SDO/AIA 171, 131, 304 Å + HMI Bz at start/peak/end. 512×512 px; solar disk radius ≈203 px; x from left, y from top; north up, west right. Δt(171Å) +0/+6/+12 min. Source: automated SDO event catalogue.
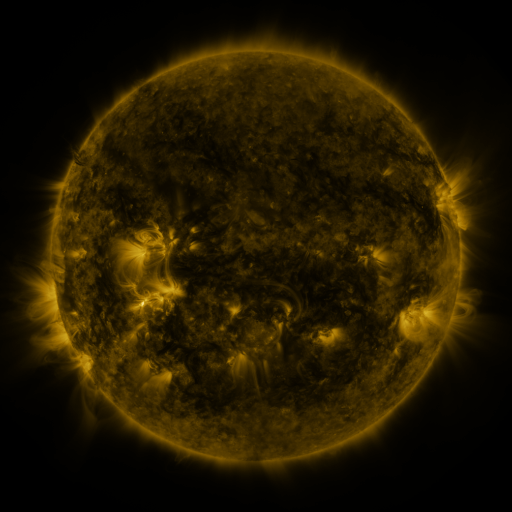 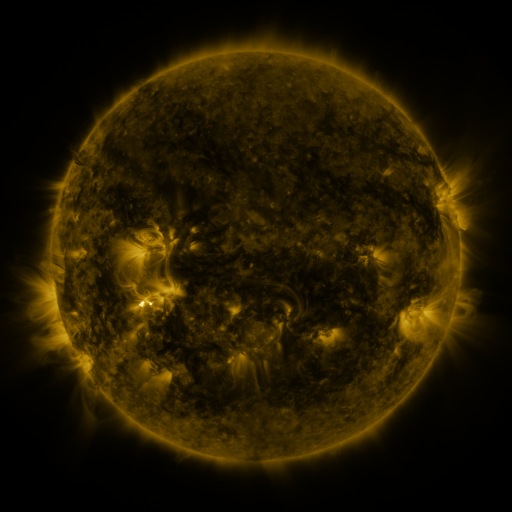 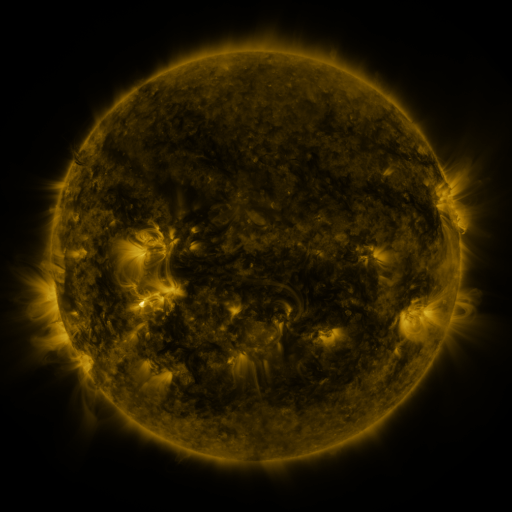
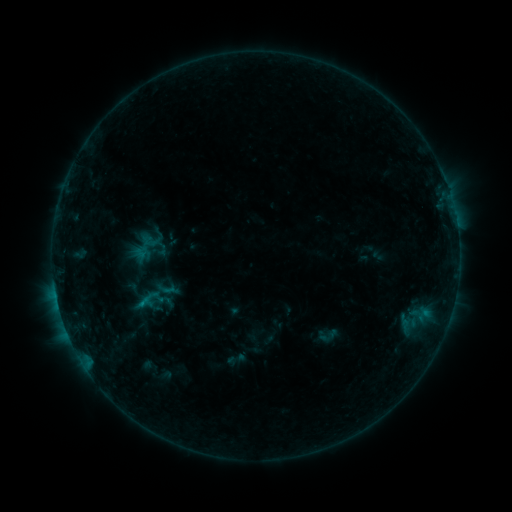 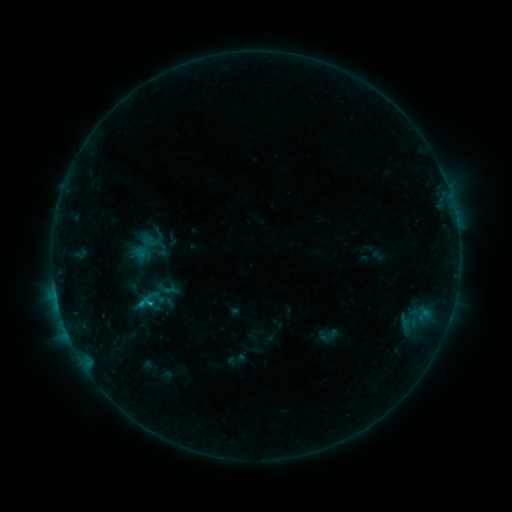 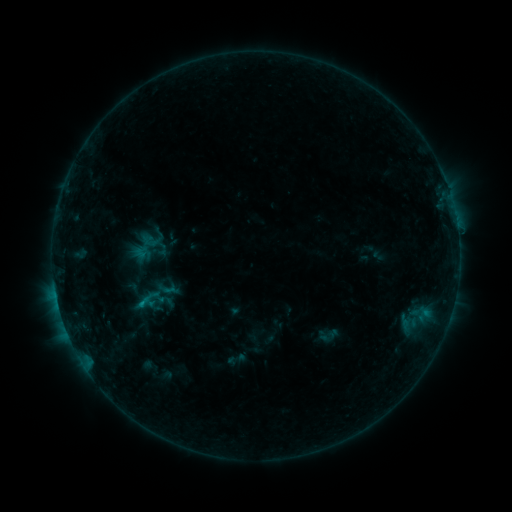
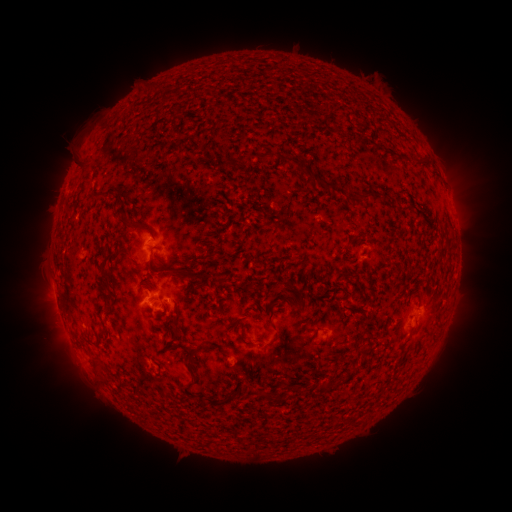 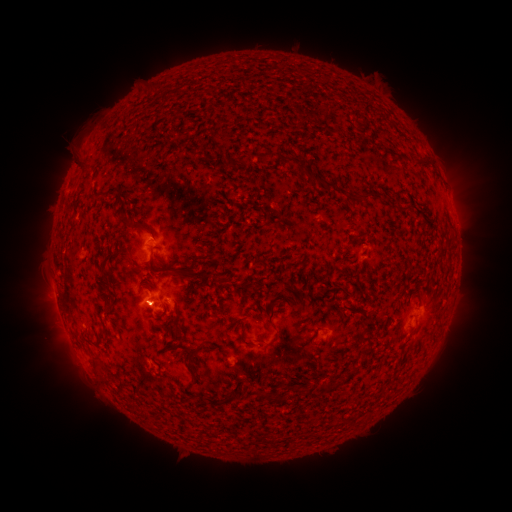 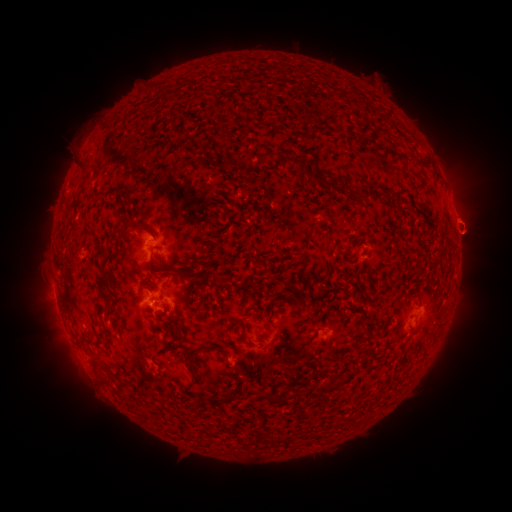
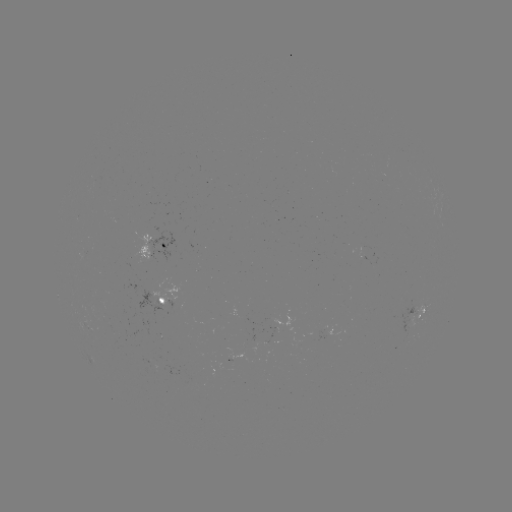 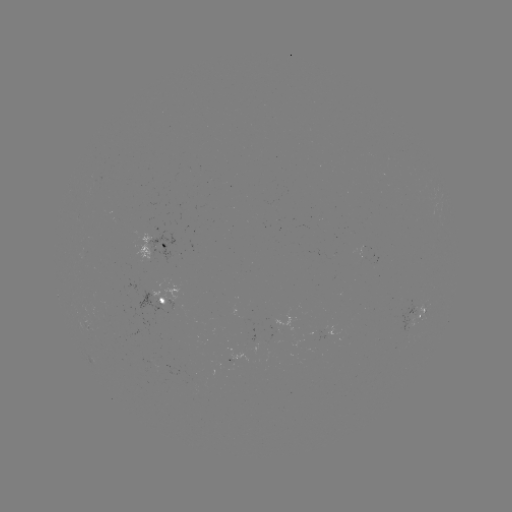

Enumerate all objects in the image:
B4.4 flare: (151, 303)
